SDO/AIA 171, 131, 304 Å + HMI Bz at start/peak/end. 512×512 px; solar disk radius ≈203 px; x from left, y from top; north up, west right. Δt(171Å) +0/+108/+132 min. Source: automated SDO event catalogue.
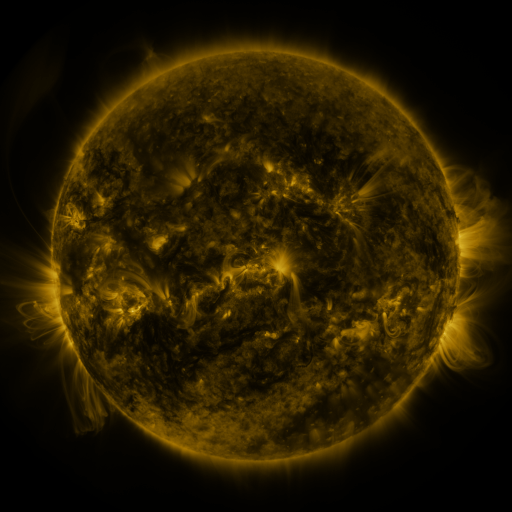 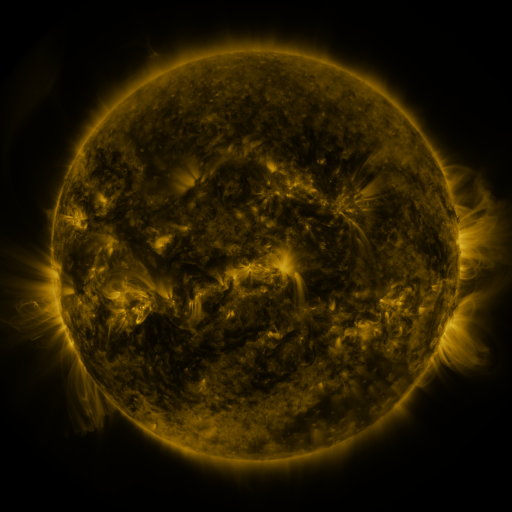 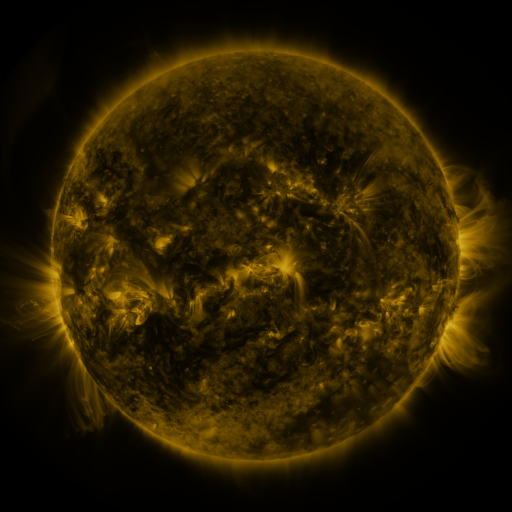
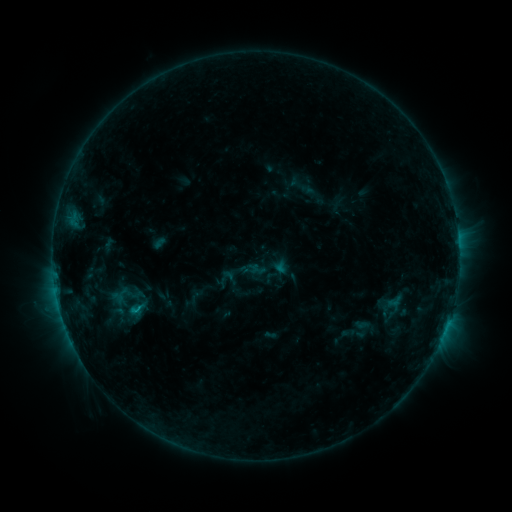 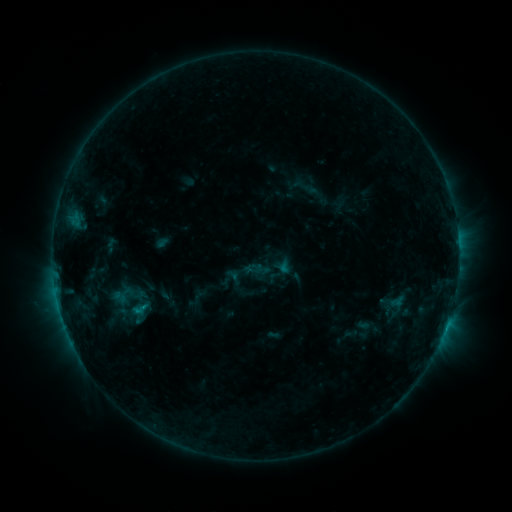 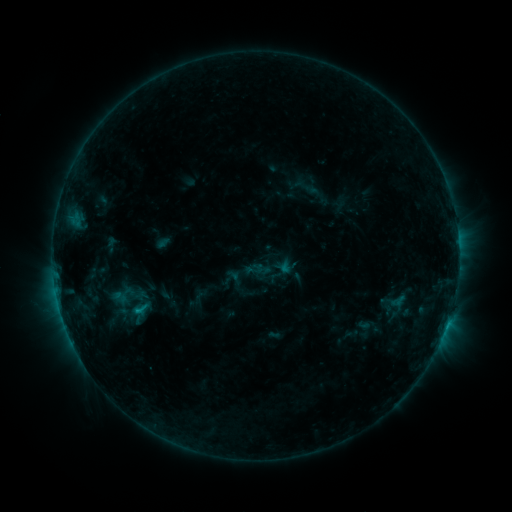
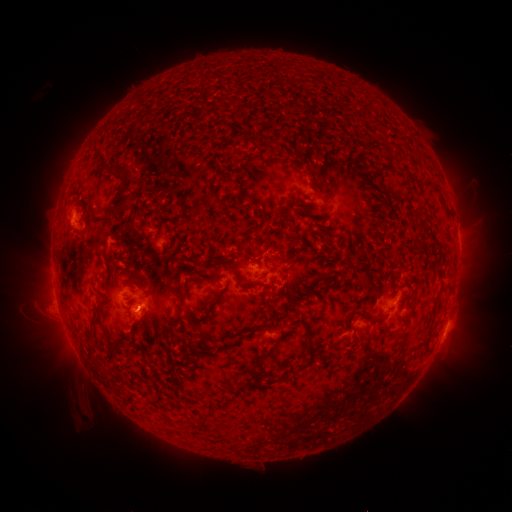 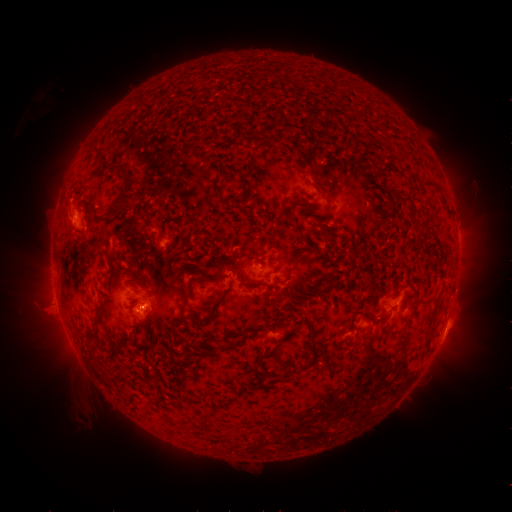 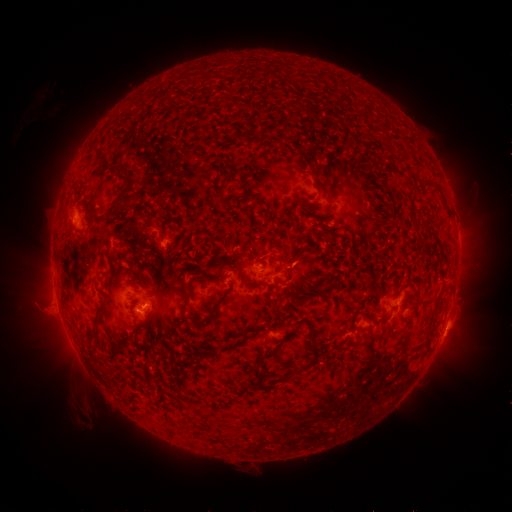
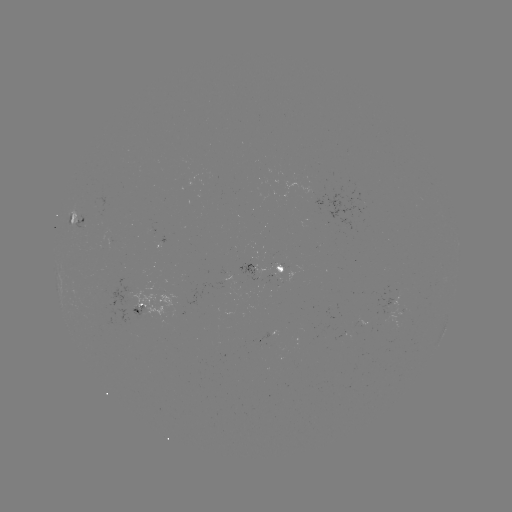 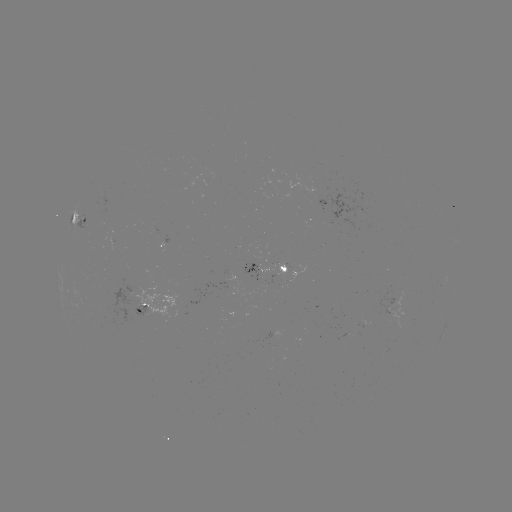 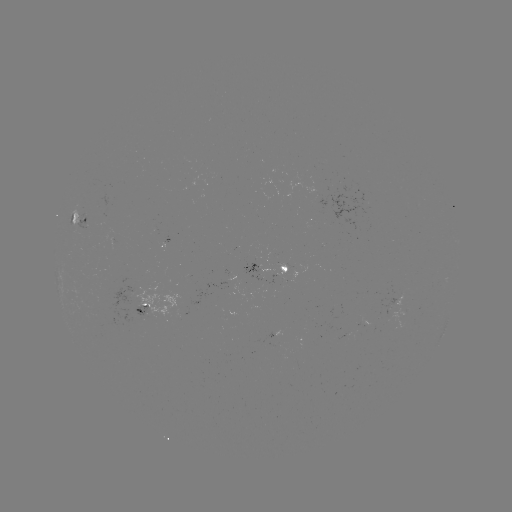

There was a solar emerging-flux region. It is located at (290, 269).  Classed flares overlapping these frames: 1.